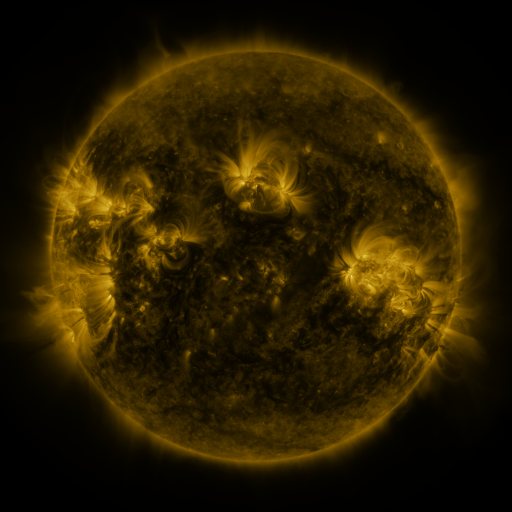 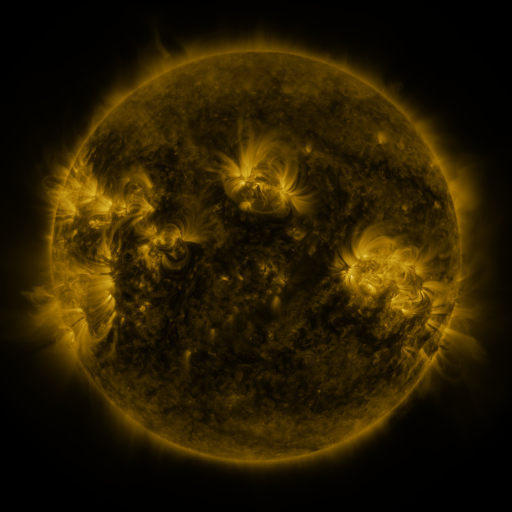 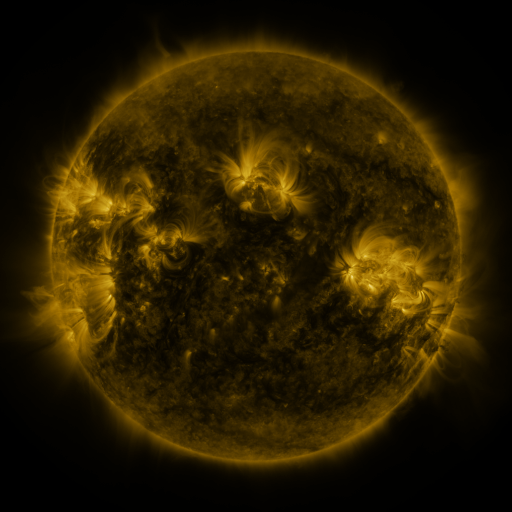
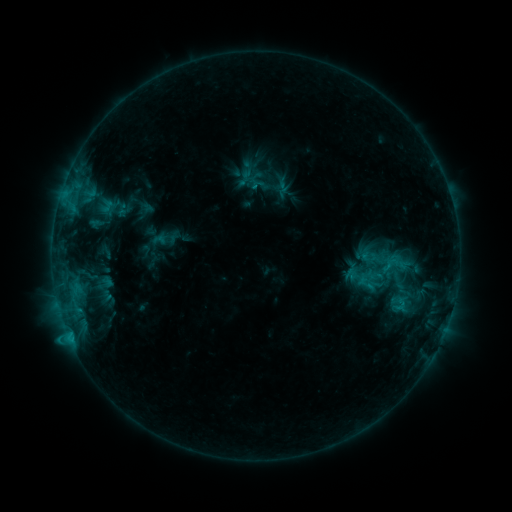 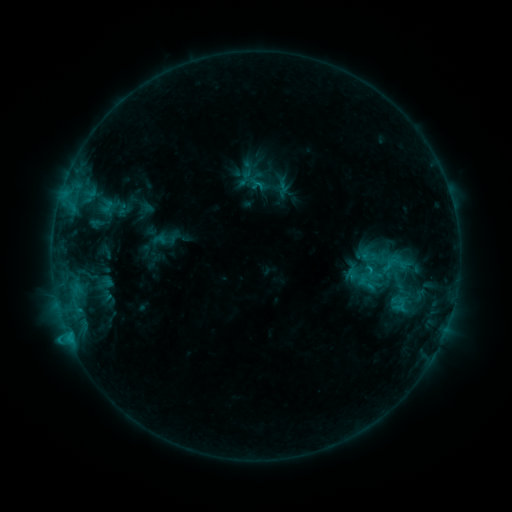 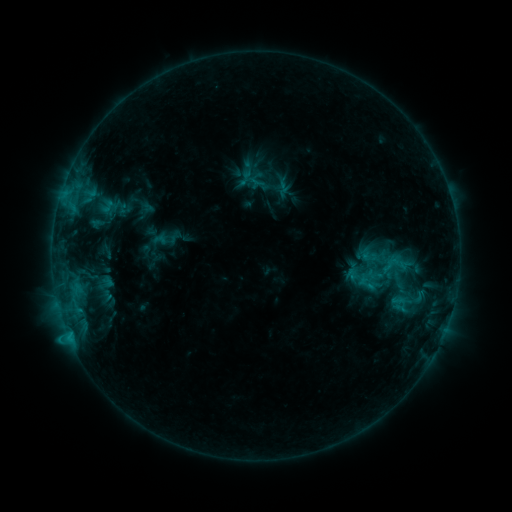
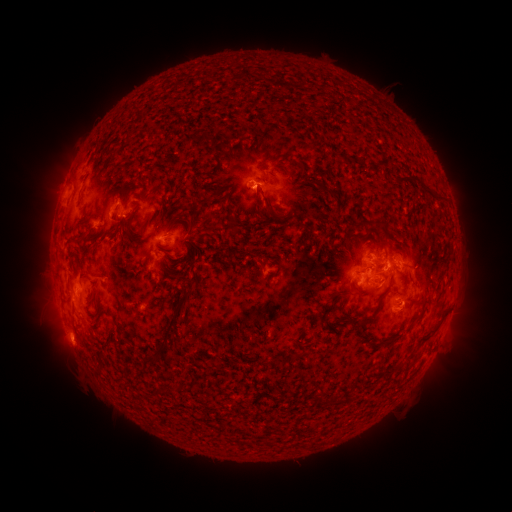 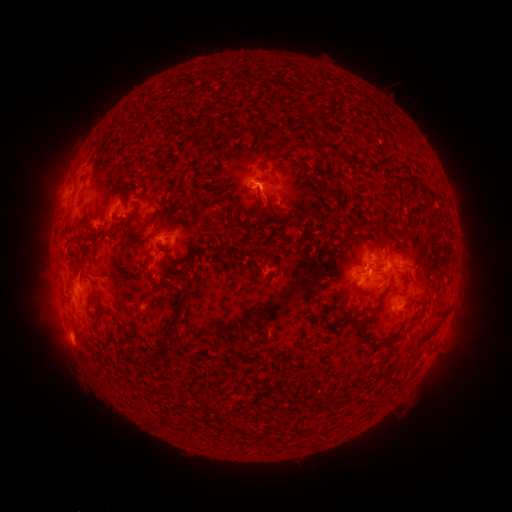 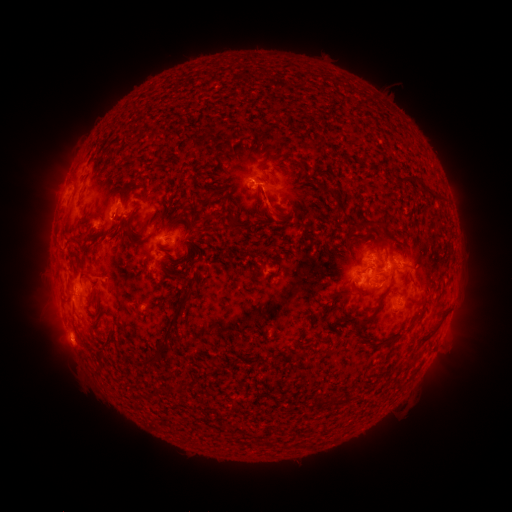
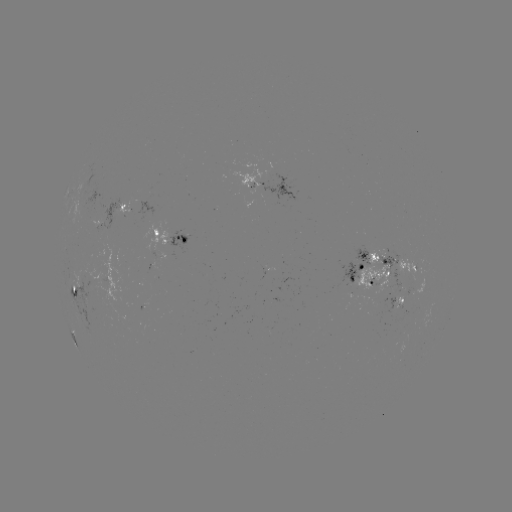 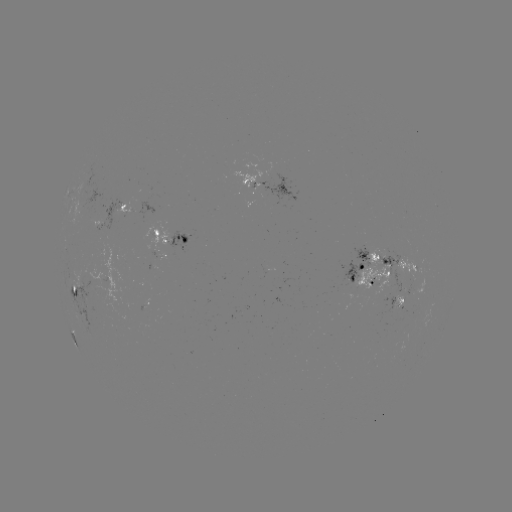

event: eruption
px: (264, 202)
